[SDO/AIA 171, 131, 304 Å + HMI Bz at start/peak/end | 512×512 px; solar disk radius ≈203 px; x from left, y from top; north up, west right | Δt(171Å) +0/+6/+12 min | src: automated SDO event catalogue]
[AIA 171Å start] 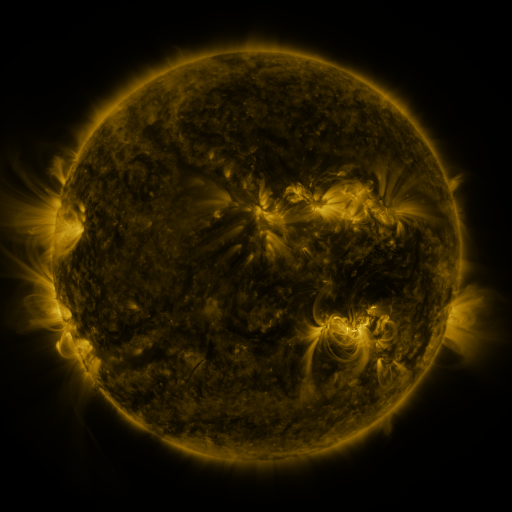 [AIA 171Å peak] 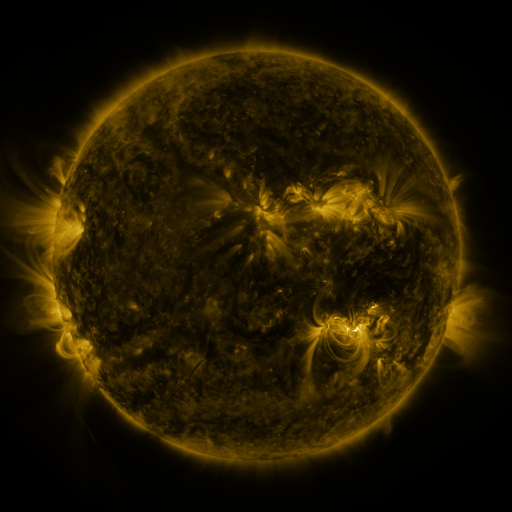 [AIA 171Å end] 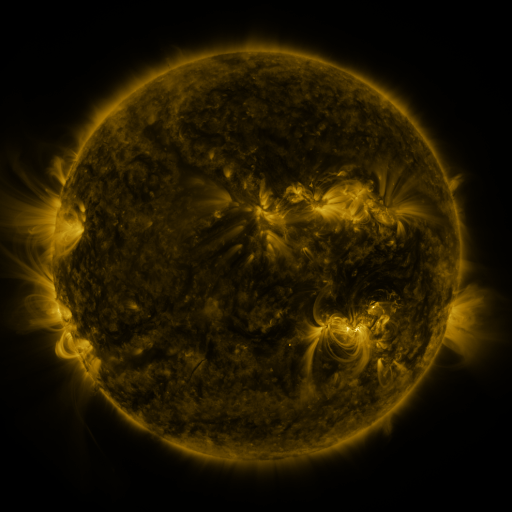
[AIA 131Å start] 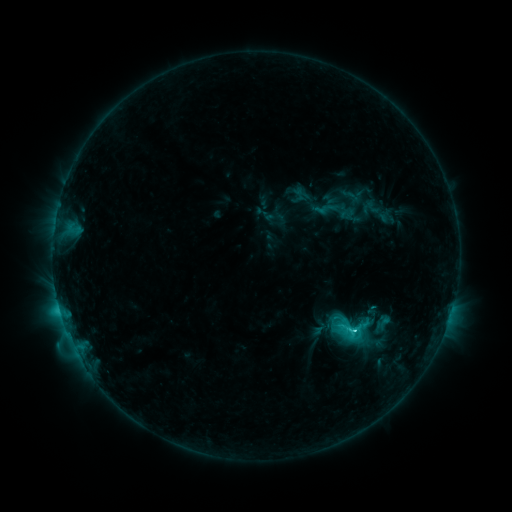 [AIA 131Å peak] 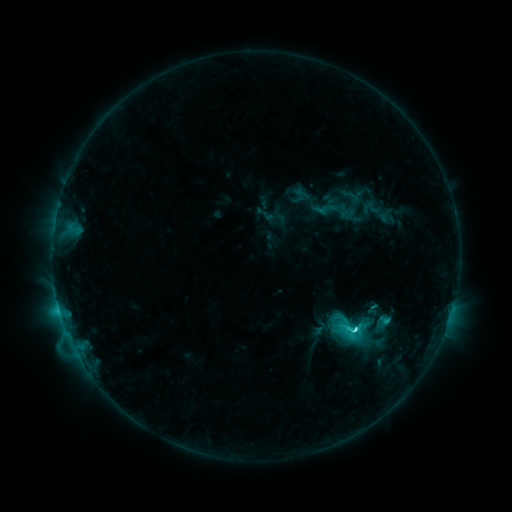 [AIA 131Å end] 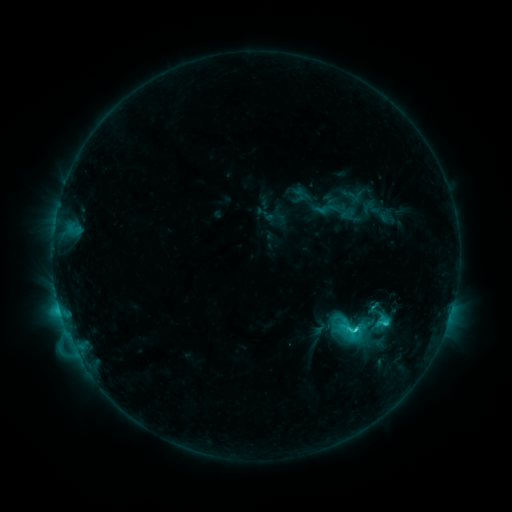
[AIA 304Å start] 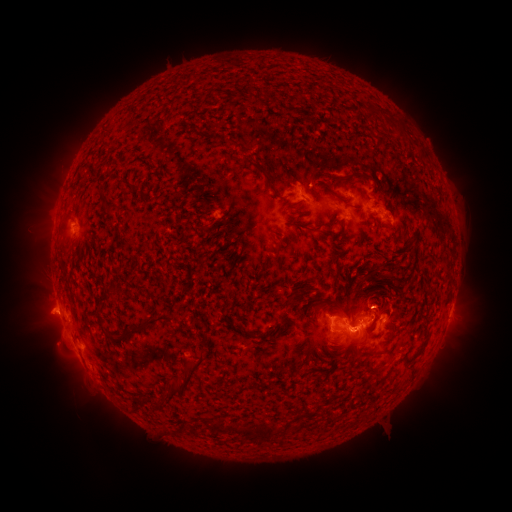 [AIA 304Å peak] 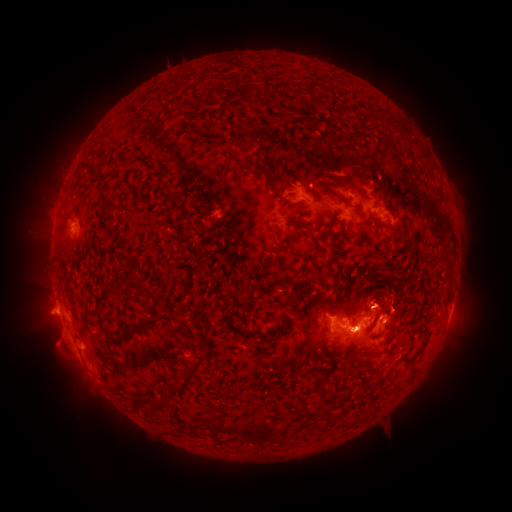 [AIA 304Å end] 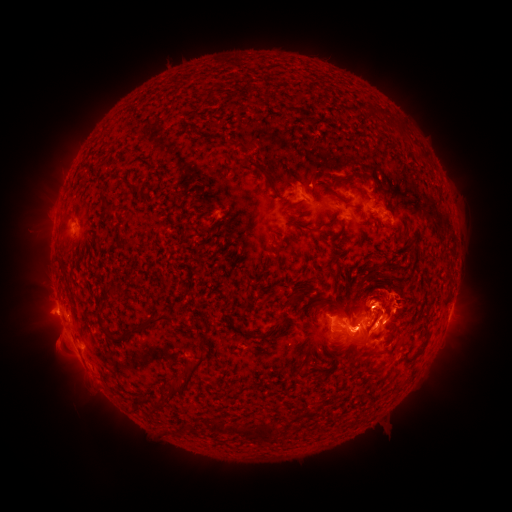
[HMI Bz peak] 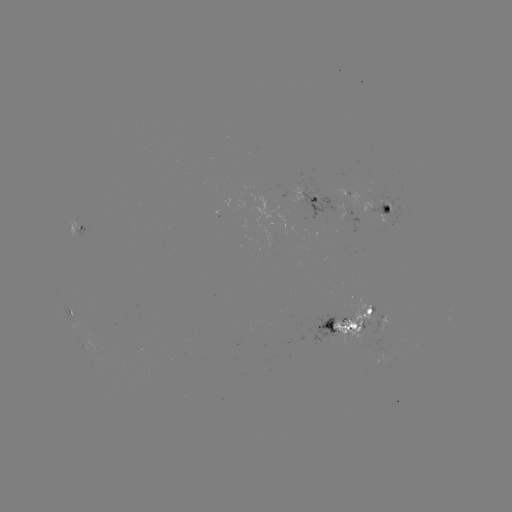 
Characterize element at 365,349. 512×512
eruption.